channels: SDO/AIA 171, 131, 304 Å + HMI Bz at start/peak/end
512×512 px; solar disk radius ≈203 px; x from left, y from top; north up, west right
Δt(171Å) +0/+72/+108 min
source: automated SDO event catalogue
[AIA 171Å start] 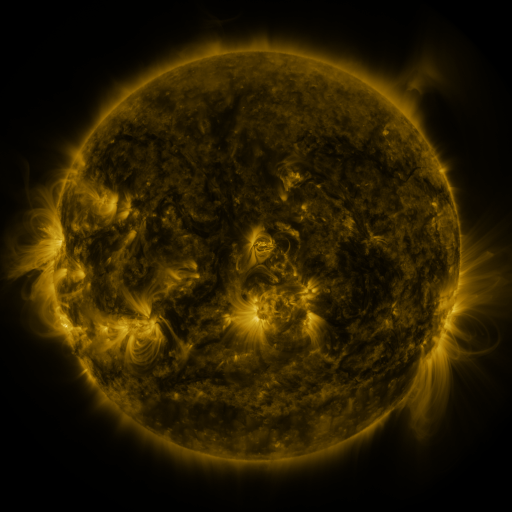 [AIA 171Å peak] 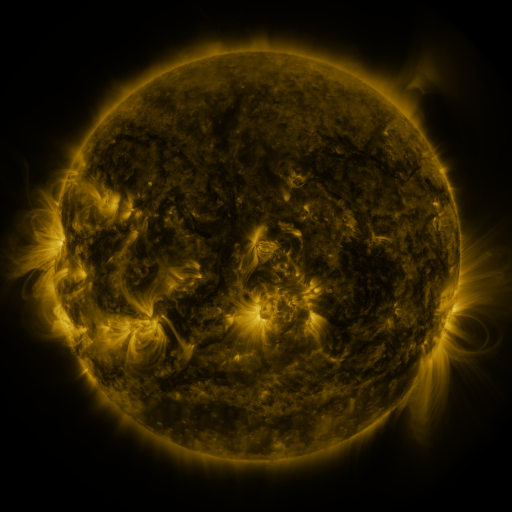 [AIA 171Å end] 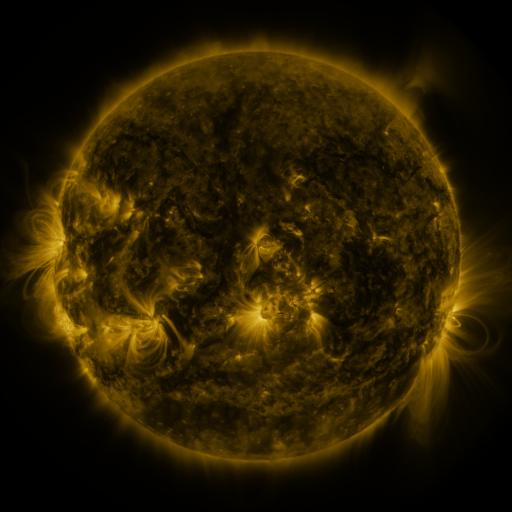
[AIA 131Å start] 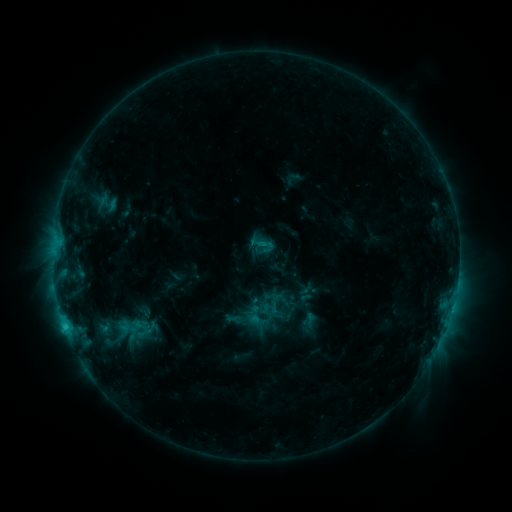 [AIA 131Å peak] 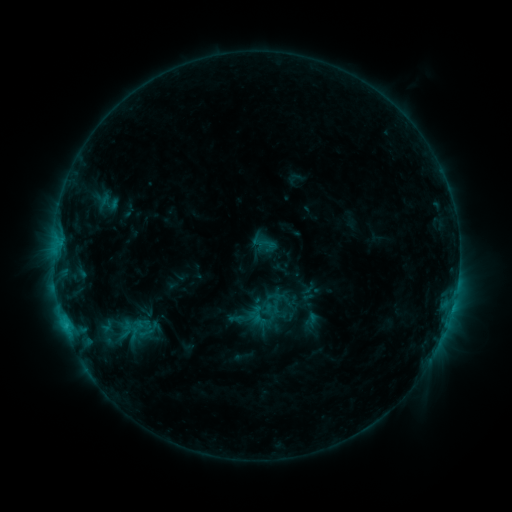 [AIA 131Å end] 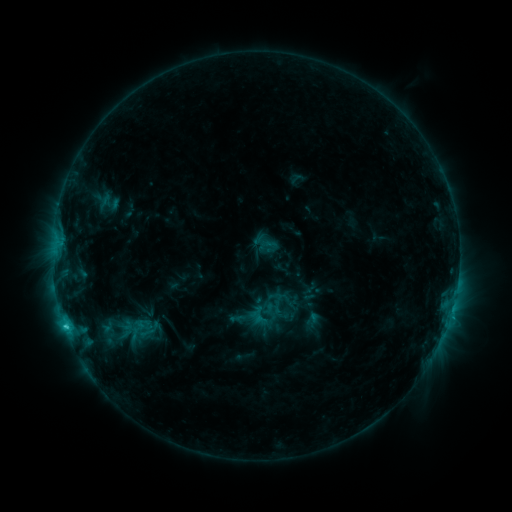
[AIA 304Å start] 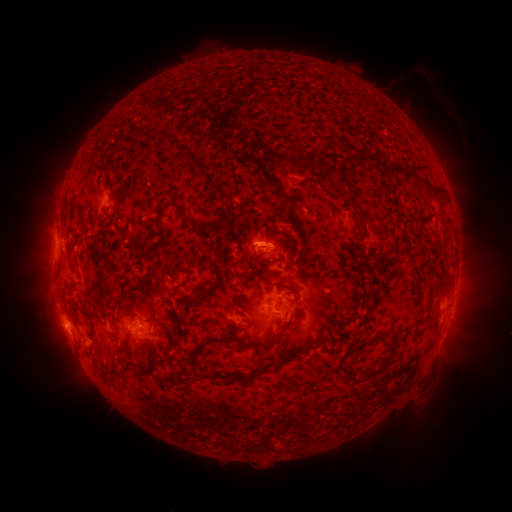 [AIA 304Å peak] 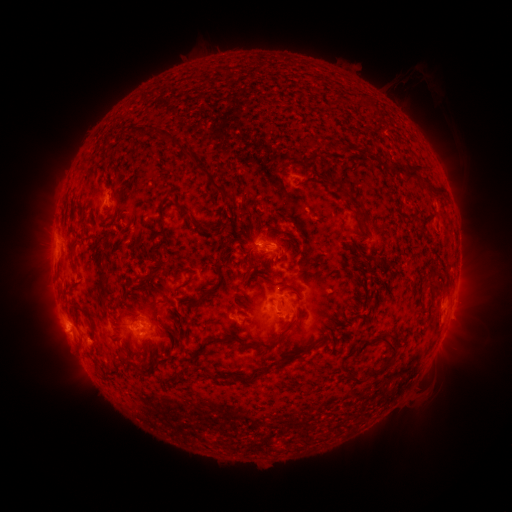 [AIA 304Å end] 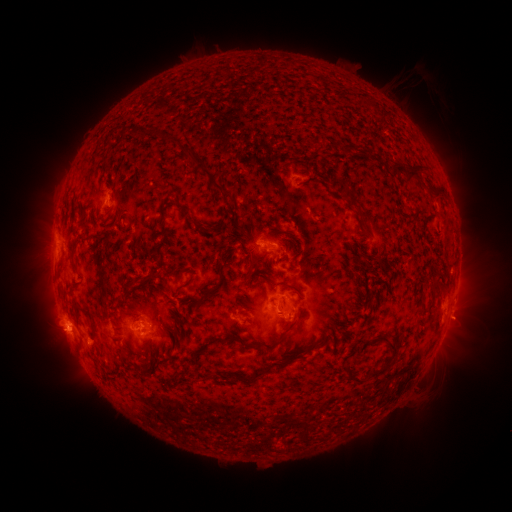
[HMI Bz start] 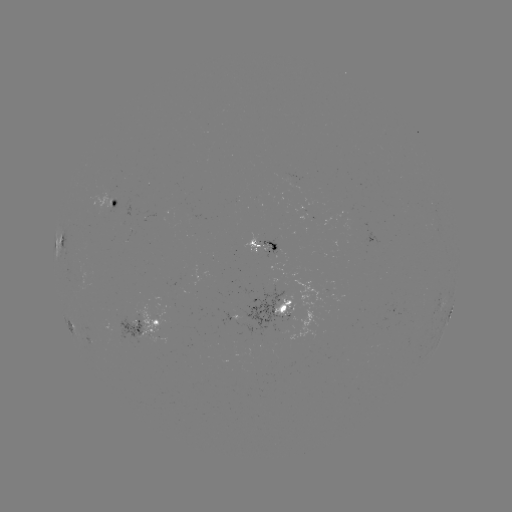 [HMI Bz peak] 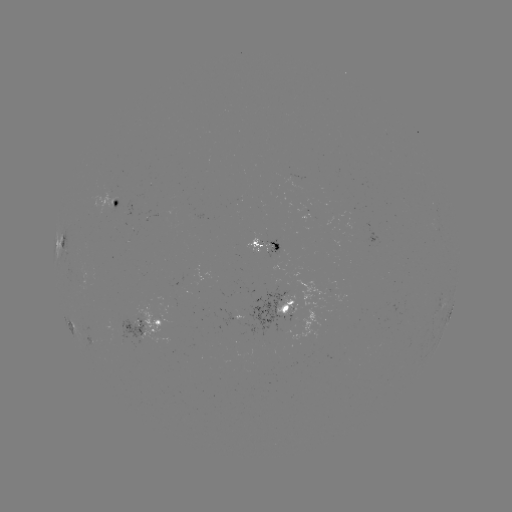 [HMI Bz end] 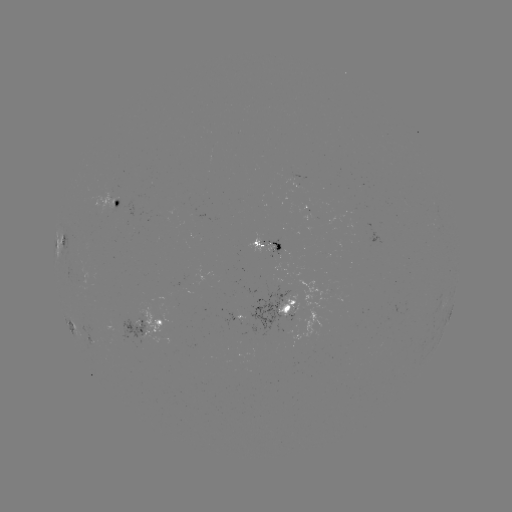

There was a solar emerging-flux region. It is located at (191, 212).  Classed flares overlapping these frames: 1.